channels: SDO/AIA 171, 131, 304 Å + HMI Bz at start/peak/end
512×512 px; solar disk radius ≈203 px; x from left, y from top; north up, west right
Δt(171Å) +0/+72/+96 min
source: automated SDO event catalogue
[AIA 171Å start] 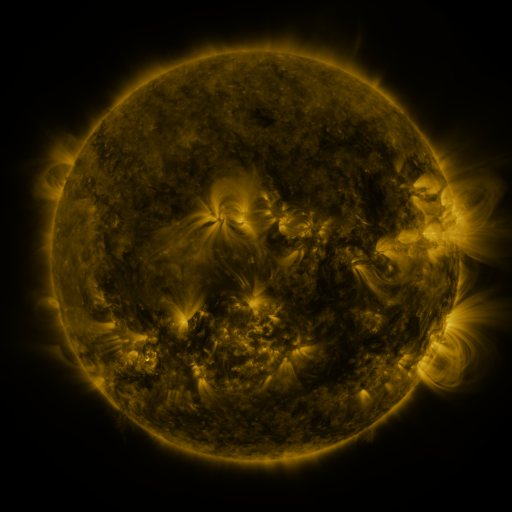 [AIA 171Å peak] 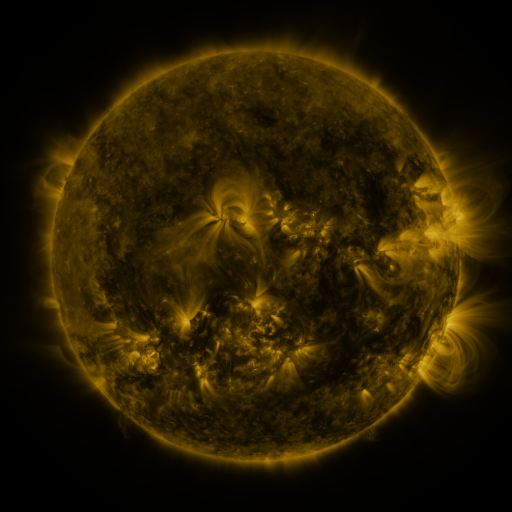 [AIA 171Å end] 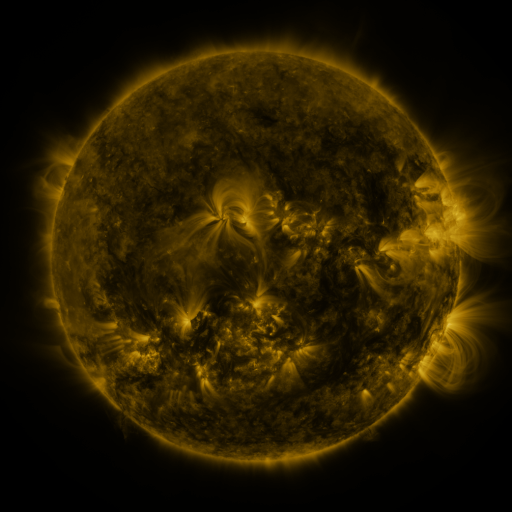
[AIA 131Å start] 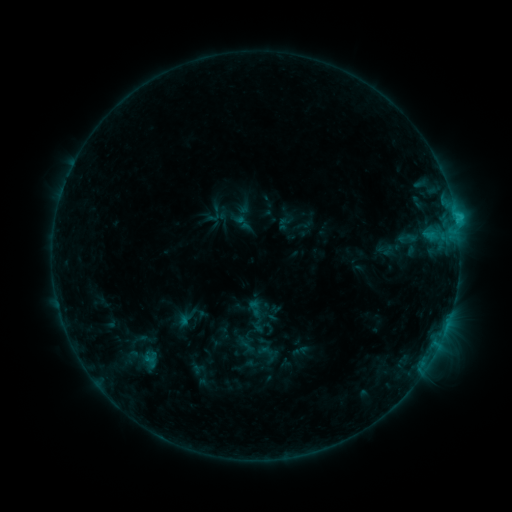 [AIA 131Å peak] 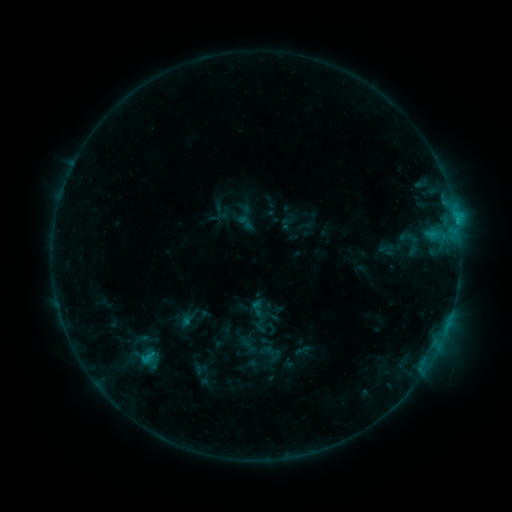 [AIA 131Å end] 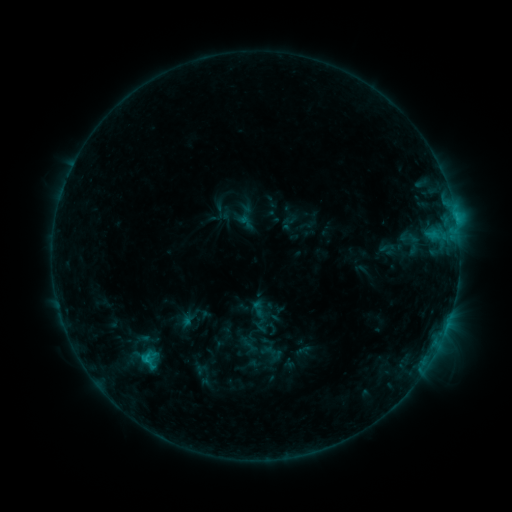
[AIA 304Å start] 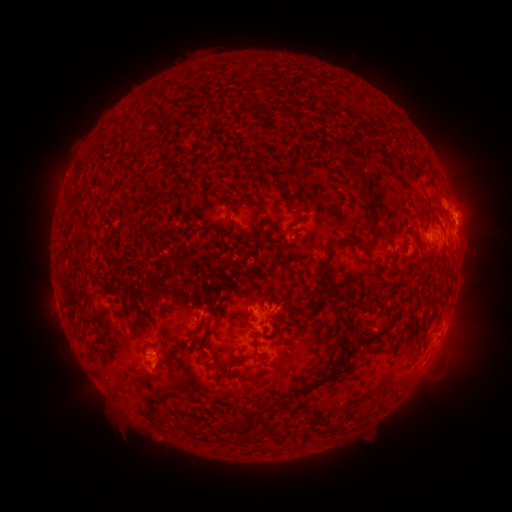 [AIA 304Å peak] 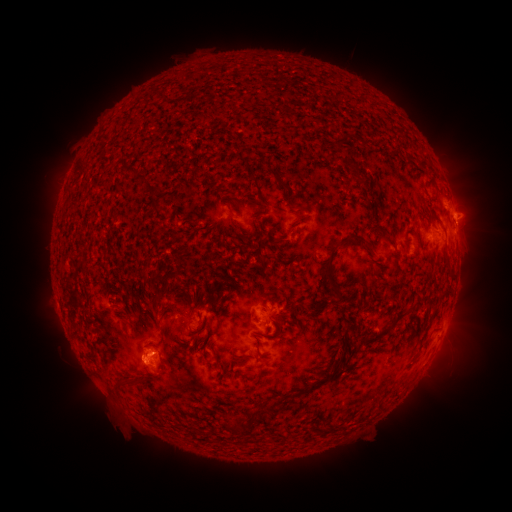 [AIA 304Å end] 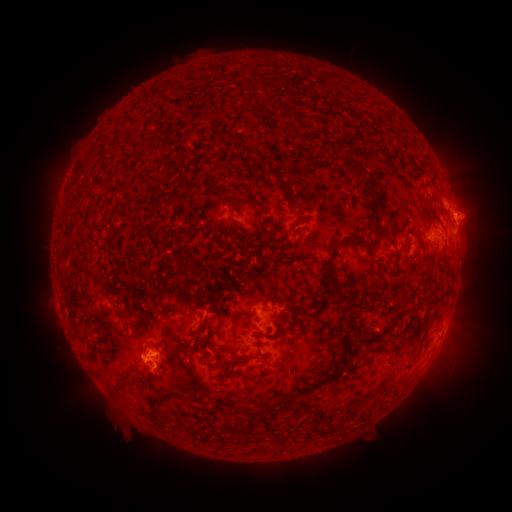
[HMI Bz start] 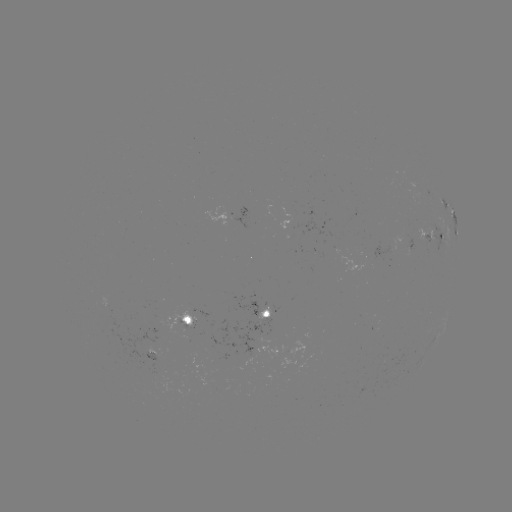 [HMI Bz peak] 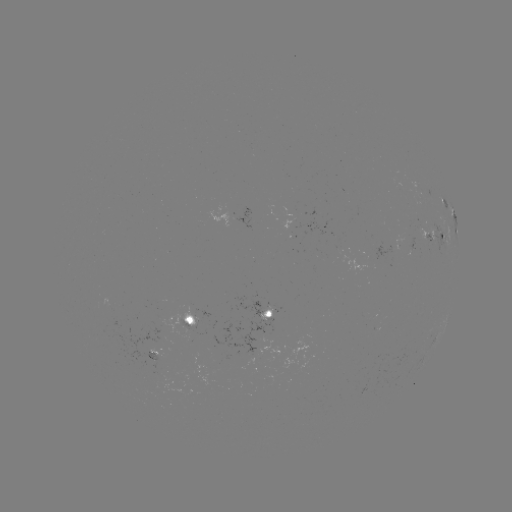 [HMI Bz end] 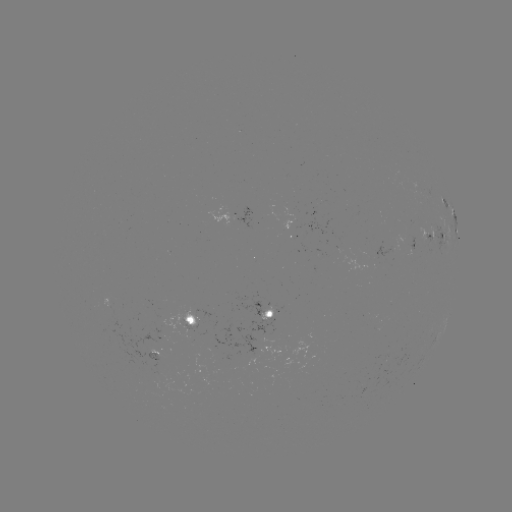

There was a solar emerging-flux region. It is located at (272, 313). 